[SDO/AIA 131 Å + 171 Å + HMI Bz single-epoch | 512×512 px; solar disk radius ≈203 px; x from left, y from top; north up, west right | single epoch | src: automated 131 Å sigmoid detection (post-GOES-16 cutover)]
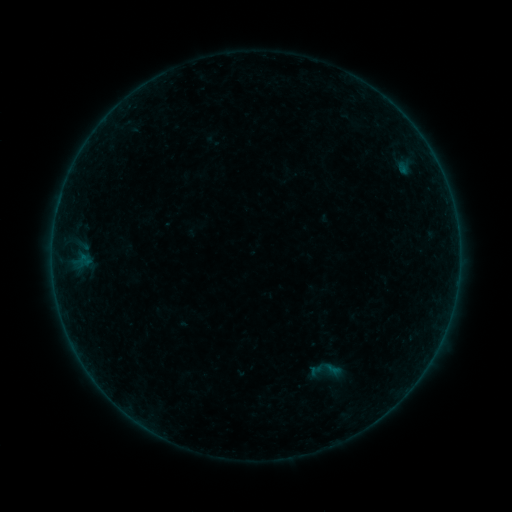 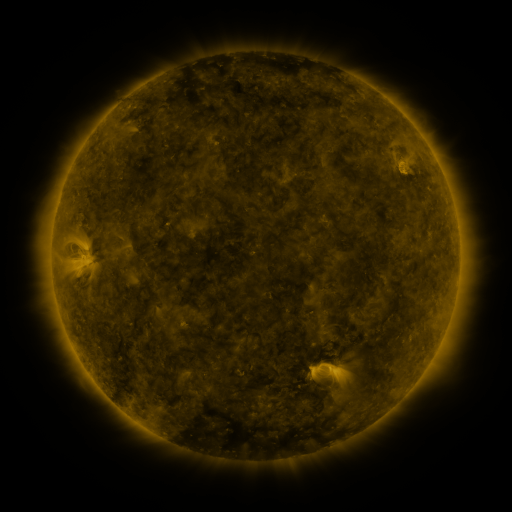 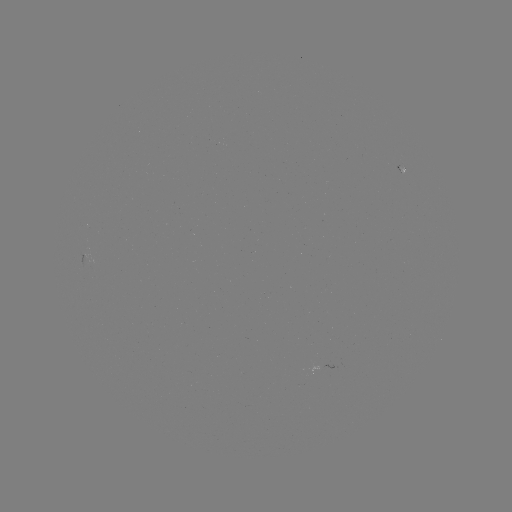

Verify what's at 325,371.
sigmoid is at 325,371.